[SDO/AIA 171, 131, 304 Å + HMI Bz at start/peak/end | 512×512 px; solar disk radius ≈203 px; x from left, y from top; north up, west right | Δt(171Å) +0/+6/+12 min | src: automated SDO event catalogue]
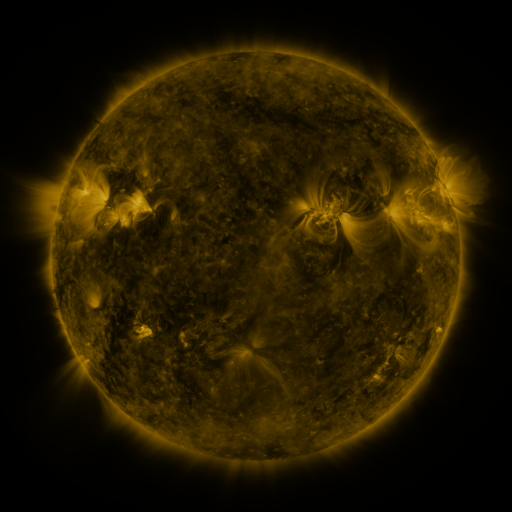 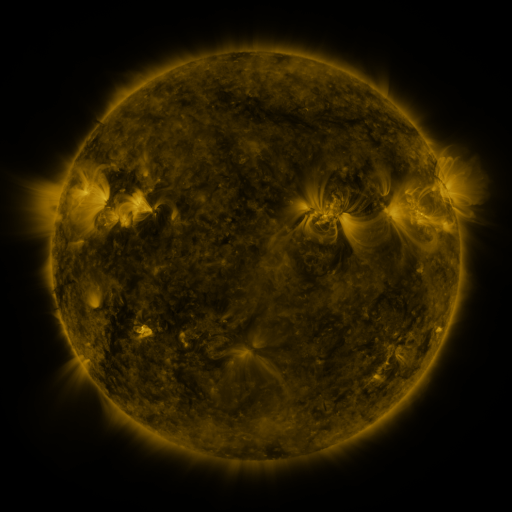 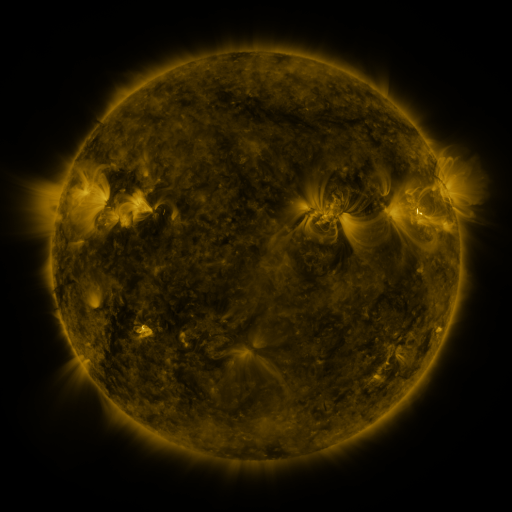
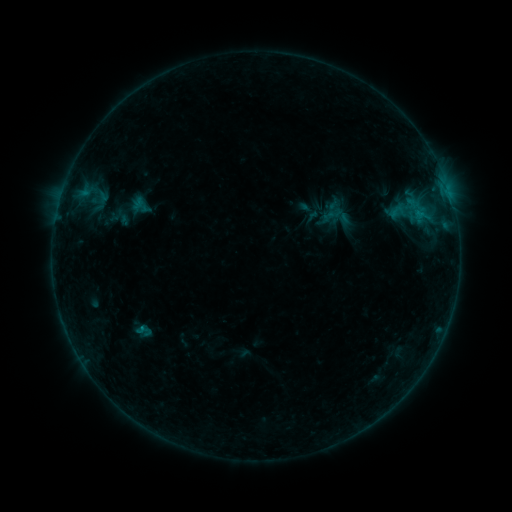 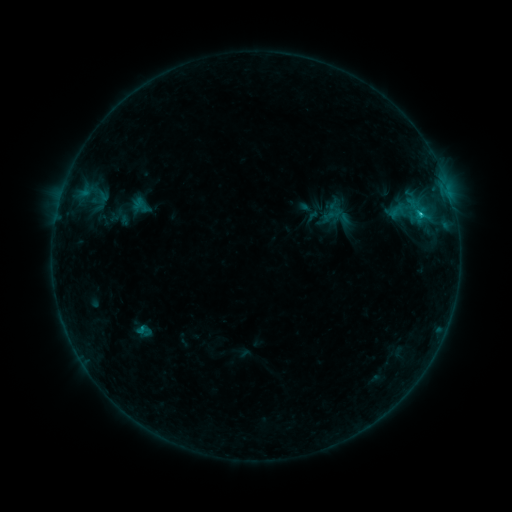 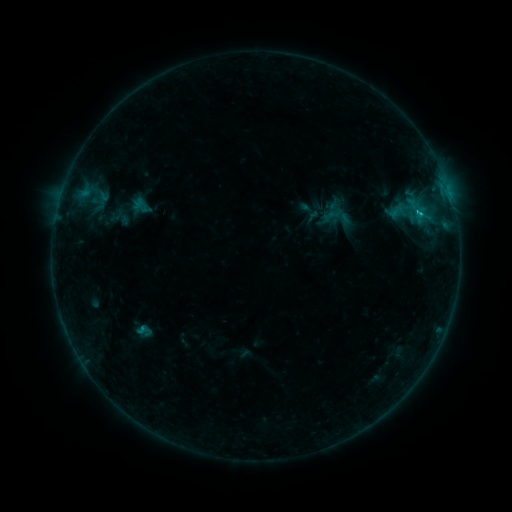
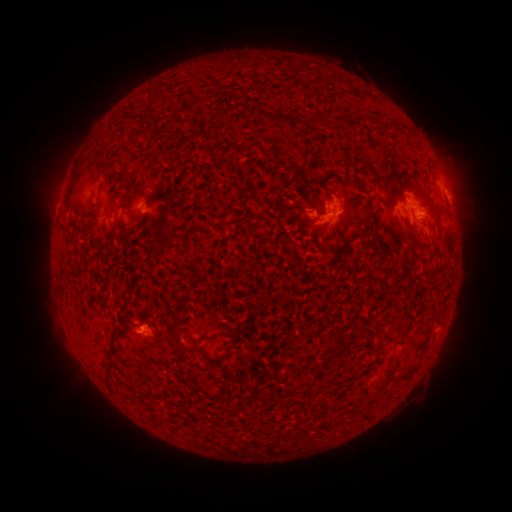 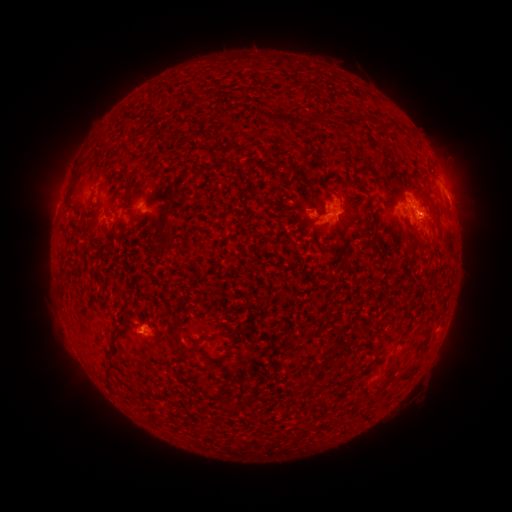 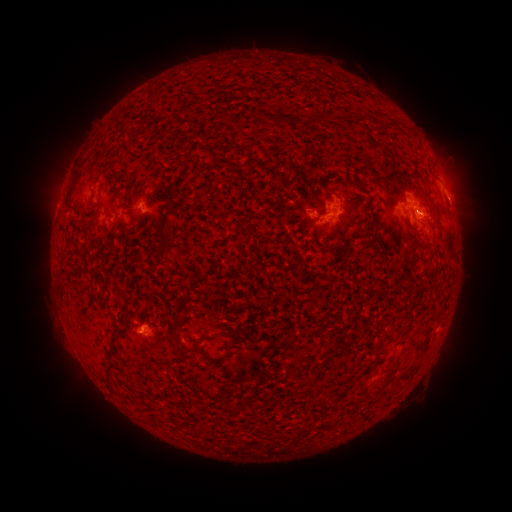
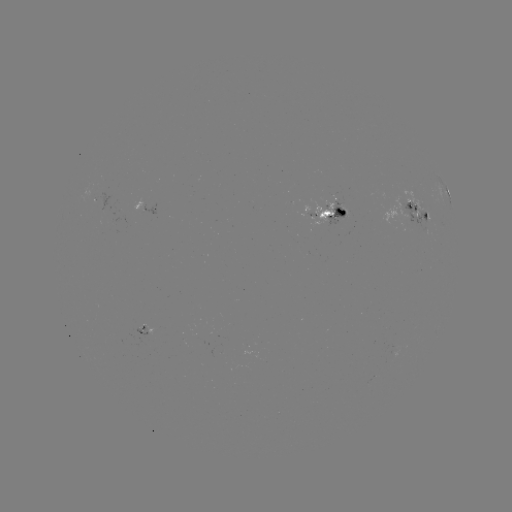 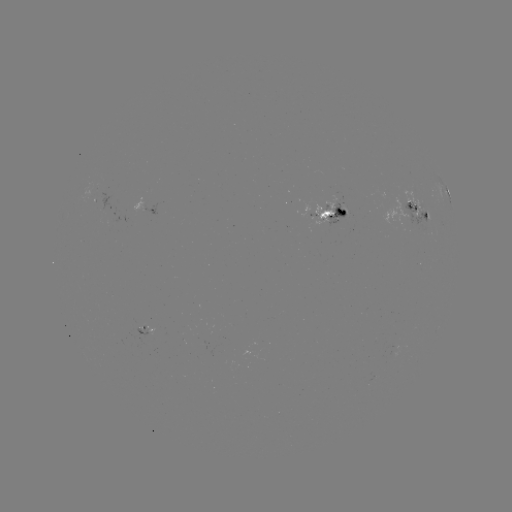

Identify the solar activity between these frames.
C1.0 flare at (419, 215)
